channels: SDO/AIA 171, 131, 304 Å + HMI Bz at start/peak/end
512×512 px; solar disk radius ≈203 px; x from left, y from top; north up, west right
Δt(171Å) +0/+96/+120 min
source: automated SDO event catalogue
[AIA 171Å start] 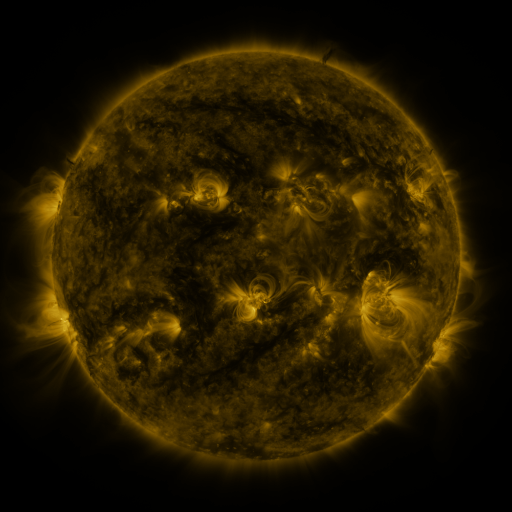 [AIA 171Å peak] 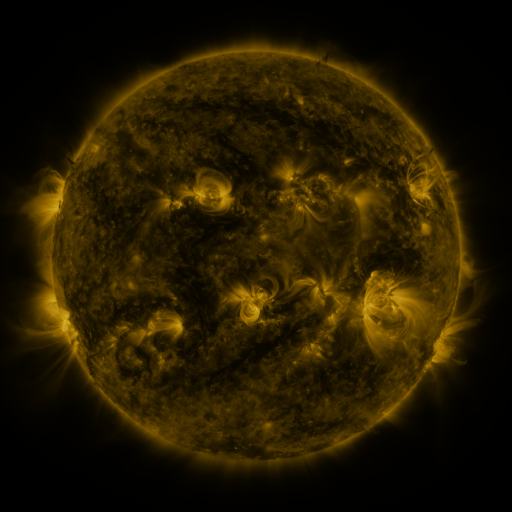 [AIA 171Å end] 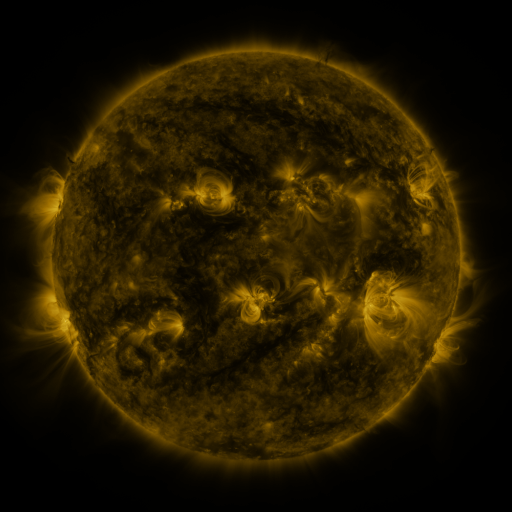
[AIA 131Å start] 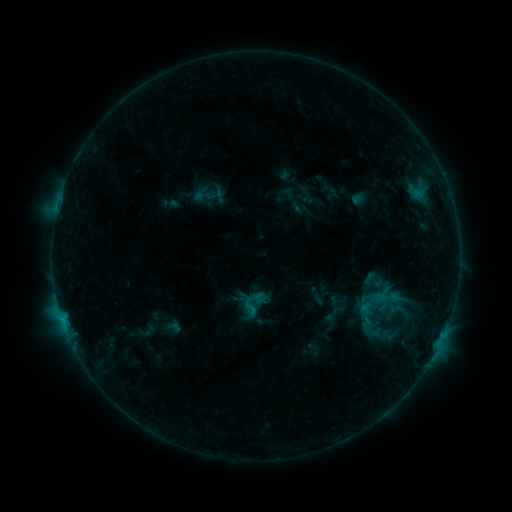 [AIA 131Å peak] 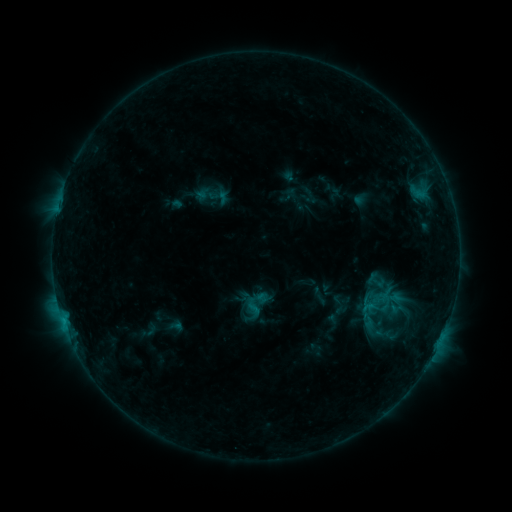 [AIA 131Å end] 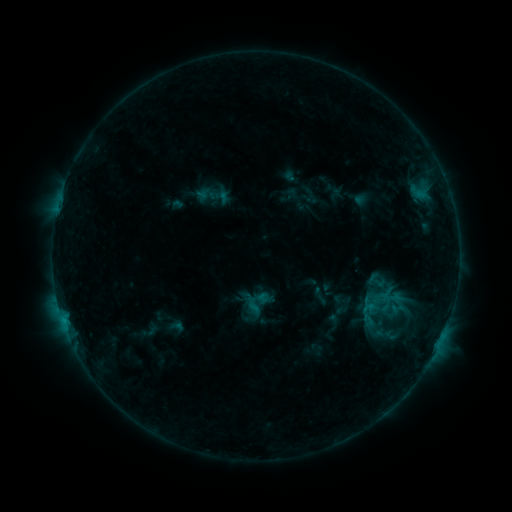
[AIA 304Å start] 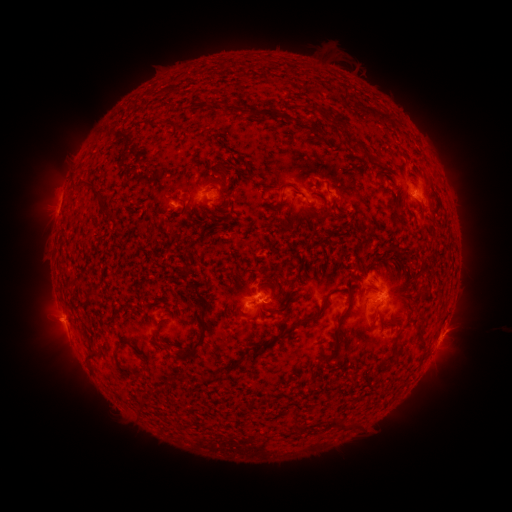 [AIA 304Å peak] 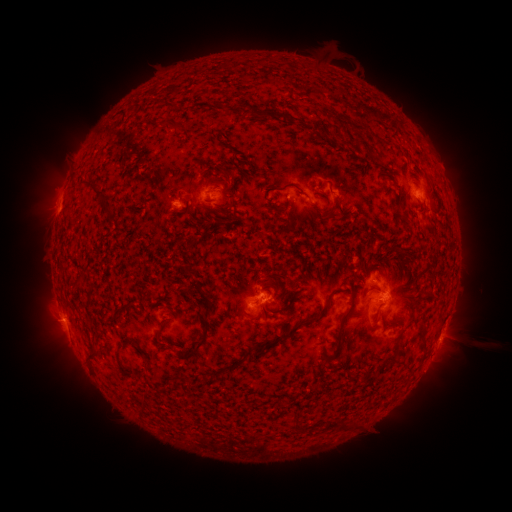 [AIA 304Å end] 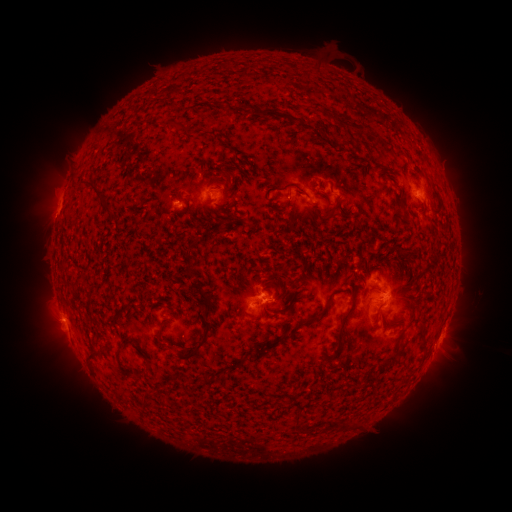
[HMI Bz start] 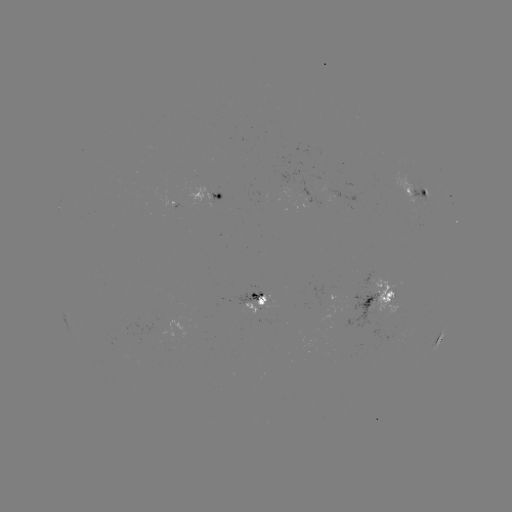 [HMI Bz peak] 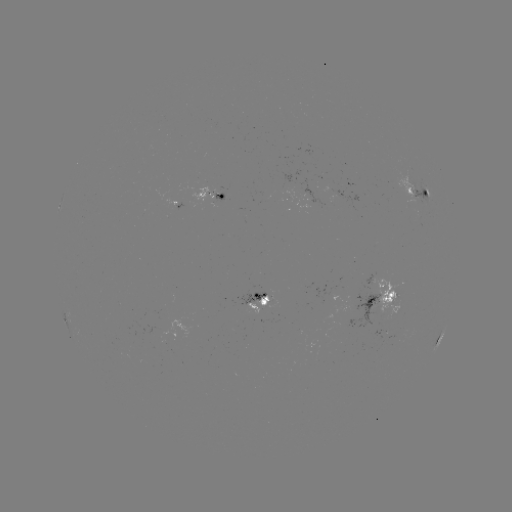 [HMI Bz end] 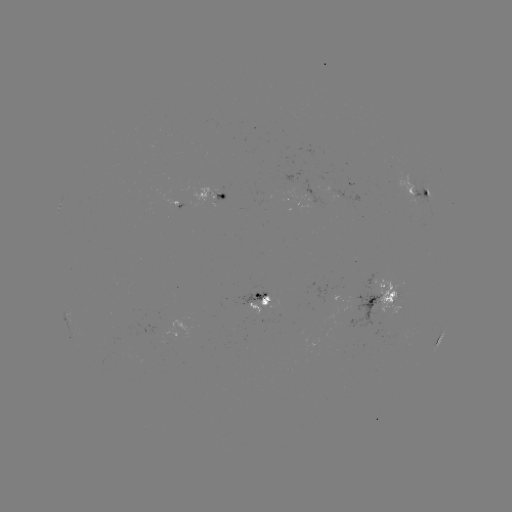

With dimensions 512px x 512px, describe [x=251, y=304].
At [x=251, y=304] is emerging-flux region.